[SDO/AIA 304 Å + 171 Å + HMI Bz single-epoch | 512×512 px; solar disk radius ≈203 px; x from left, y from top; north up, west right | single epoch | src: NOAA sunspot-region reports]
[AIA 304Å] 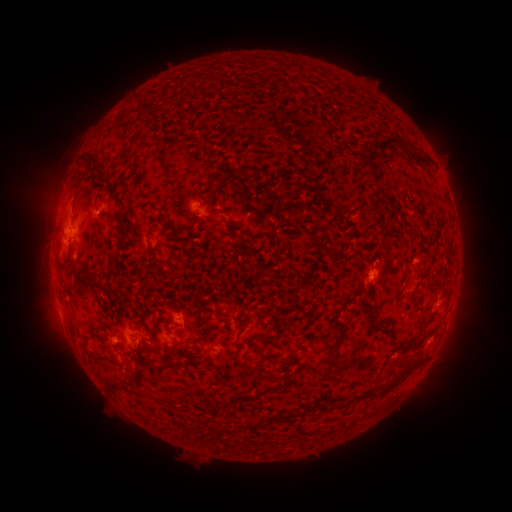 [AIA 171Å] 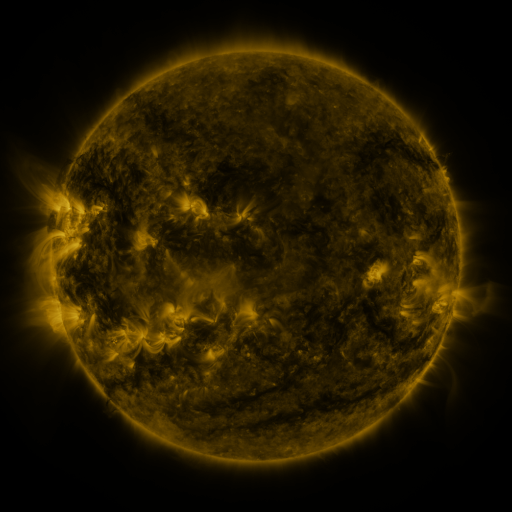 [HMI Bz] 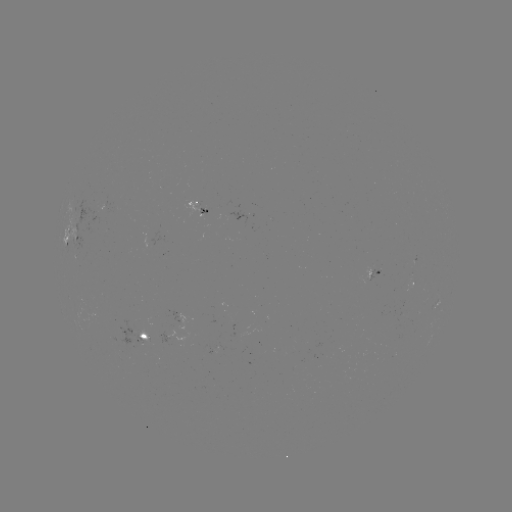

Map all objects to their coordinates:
spotted active region: (197, 202)
spotted active region: (78, 236)
spotted active region: (372, 269)
spotted active region: (416, 285)
spotted active region: (177, 317)
spotted active region: (141, 334)
